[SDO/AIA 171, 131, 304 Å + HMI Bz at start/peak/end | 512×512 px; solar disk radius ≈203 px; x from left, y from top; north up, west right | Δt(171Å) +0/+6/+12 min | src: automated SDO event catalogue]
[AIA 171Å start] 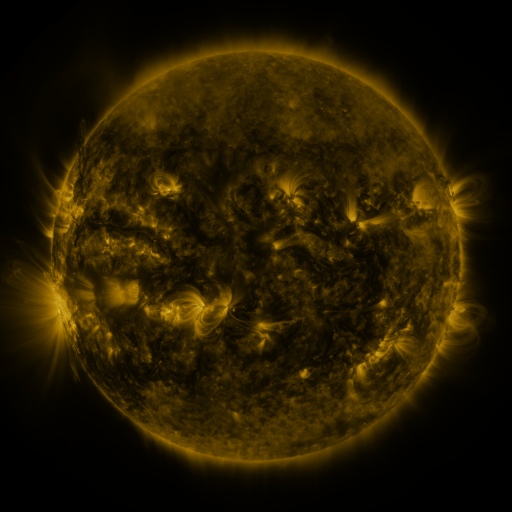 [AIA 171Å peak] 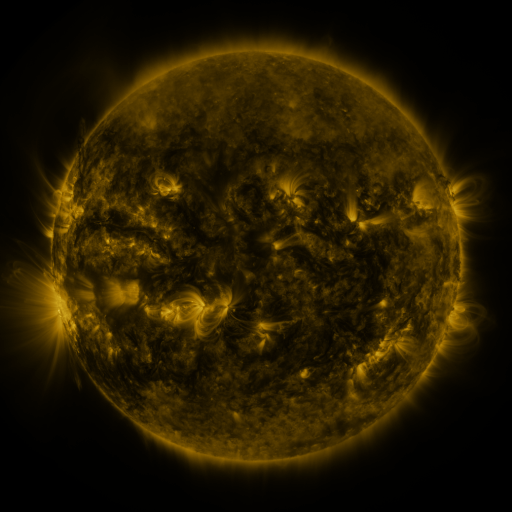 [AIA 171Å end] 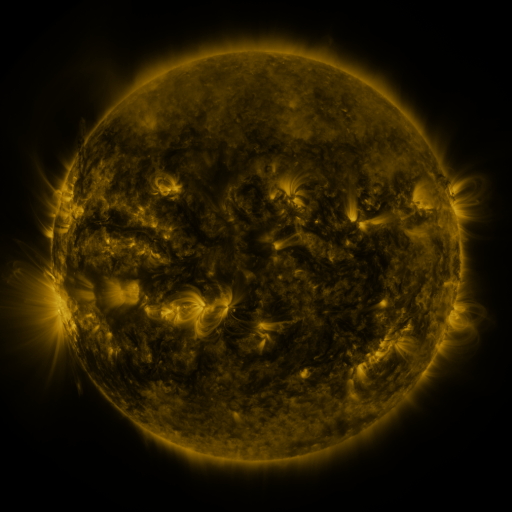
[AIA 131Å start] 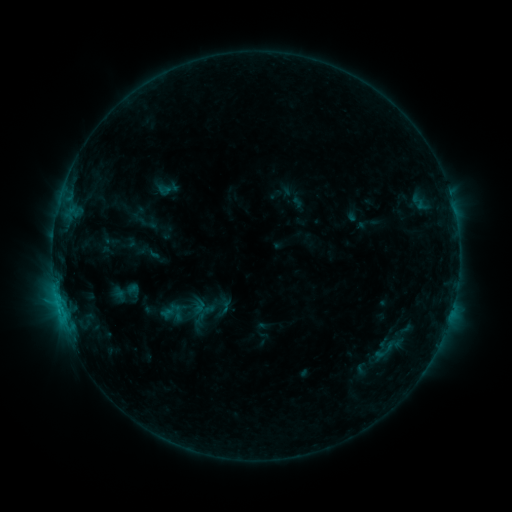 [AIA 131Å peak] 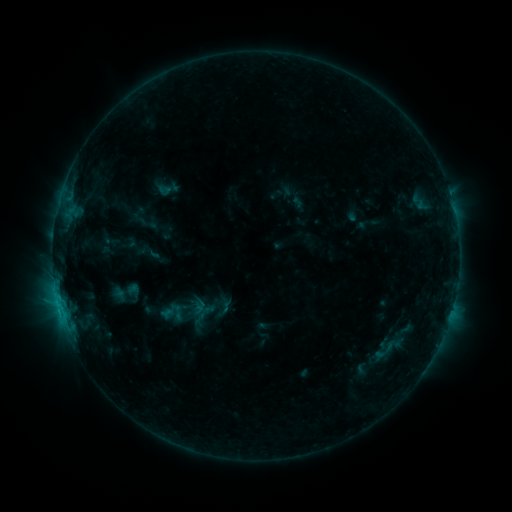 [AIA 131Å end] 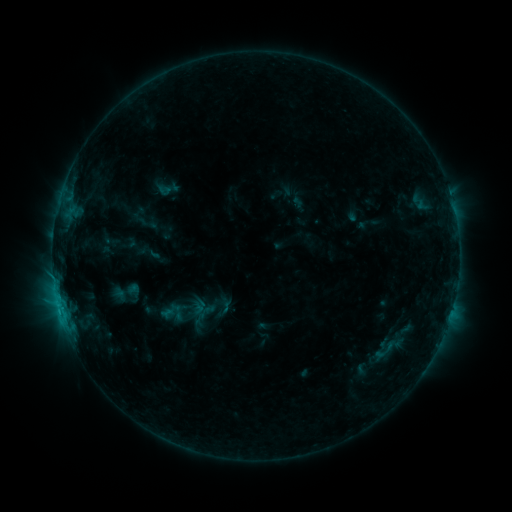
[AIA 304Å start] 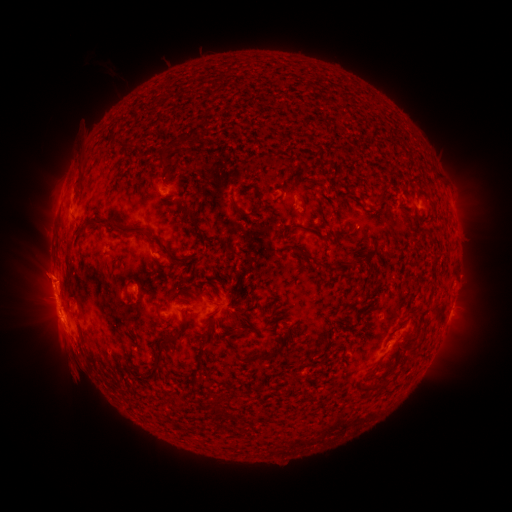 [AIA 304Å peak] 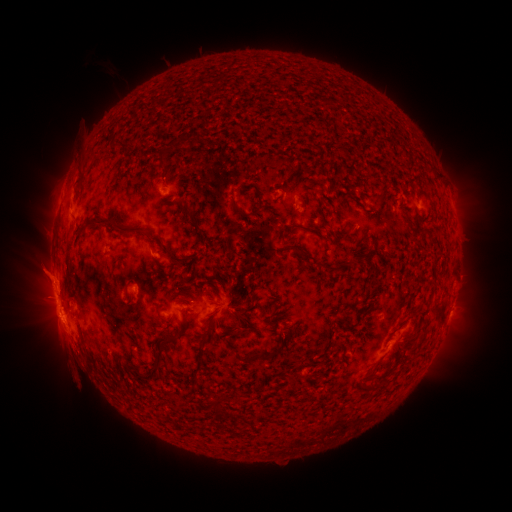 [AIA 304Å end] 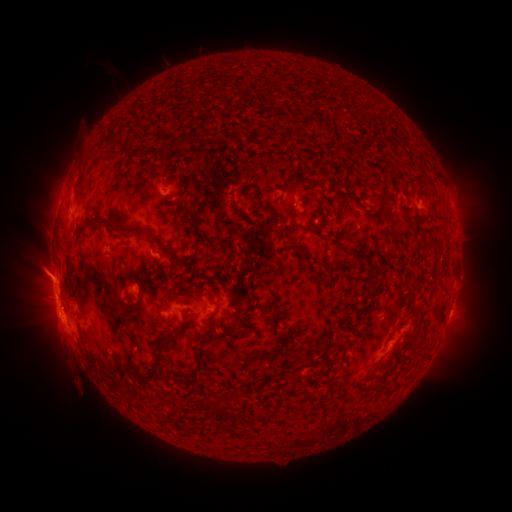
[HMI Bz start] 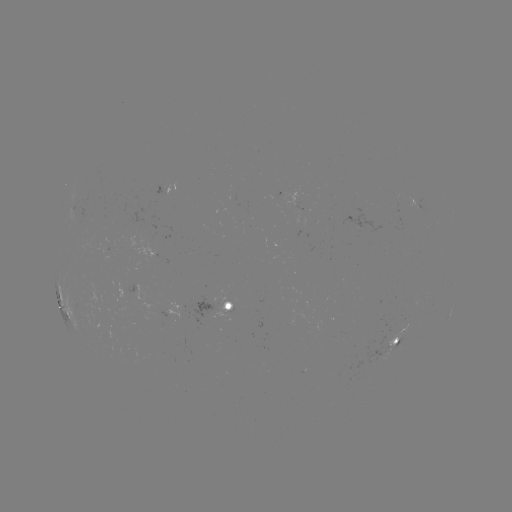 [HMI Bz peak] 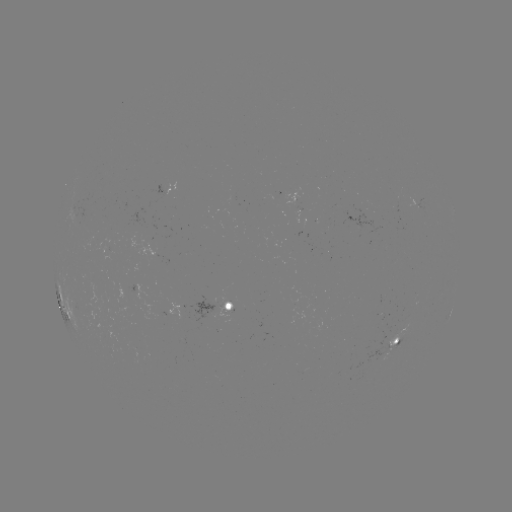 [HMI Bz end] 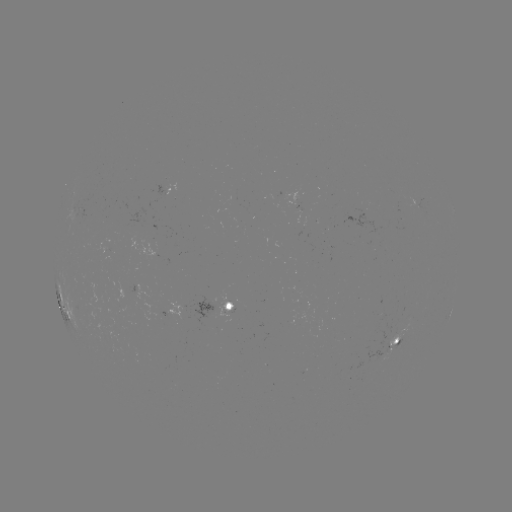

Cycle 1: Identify eruption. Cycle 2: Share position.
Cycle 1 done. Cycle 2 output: [44, 273].